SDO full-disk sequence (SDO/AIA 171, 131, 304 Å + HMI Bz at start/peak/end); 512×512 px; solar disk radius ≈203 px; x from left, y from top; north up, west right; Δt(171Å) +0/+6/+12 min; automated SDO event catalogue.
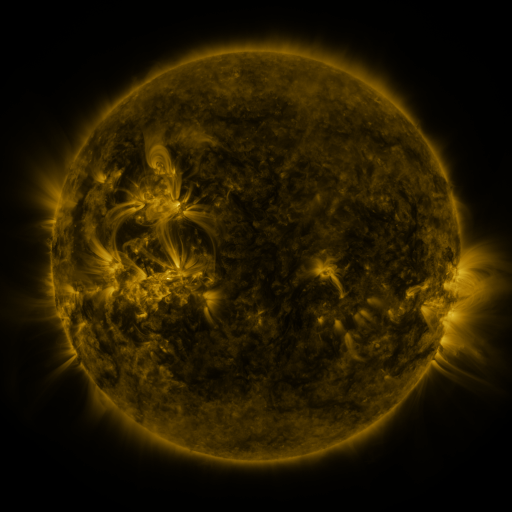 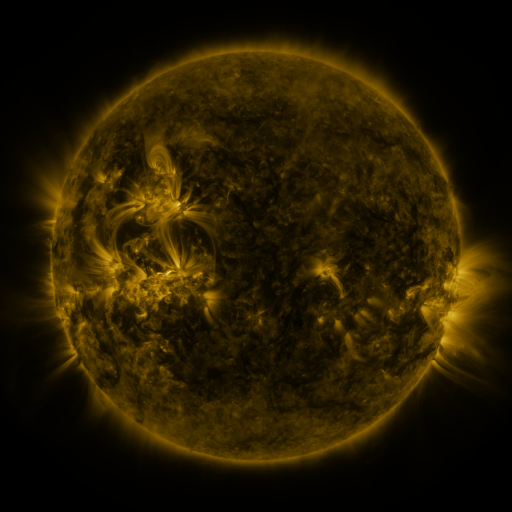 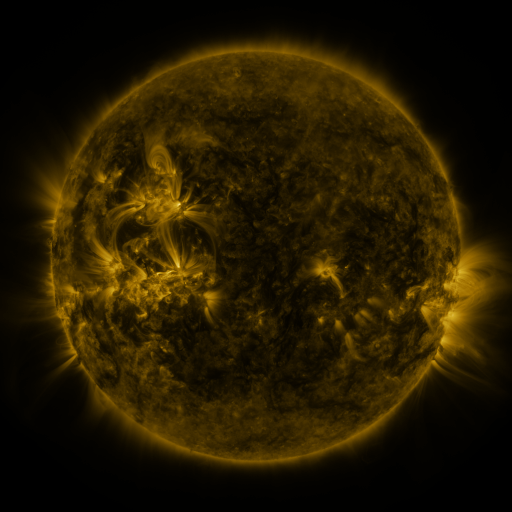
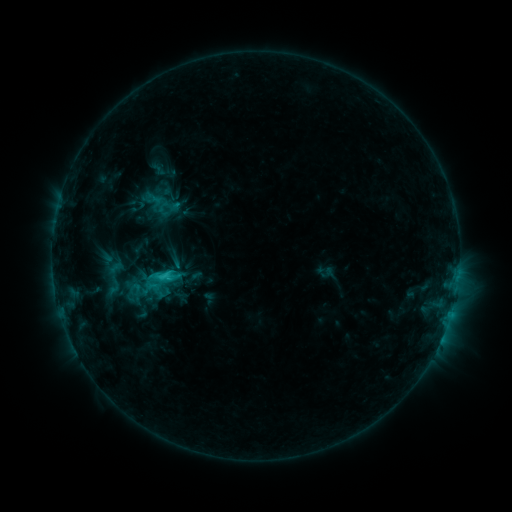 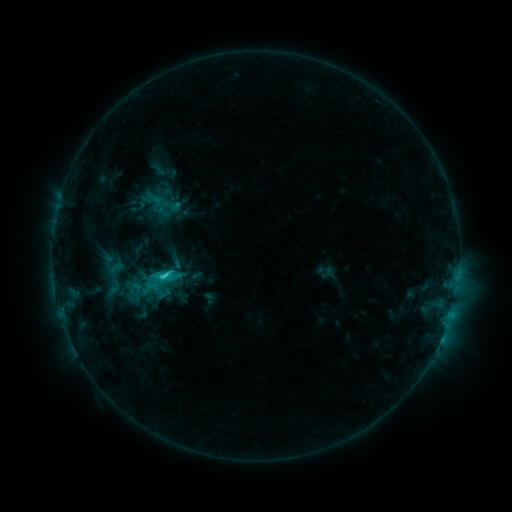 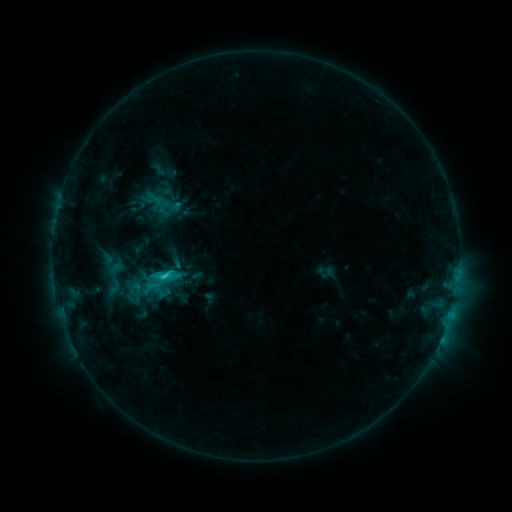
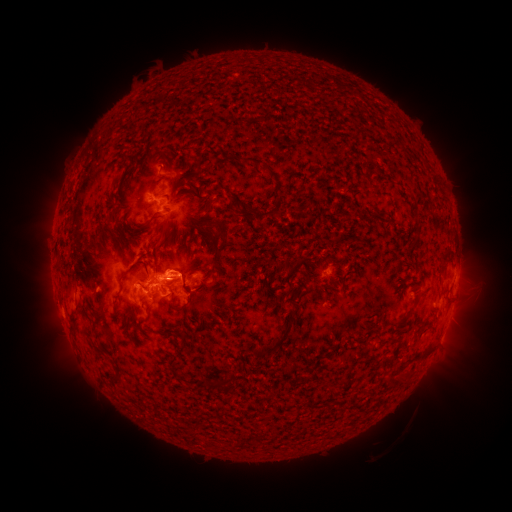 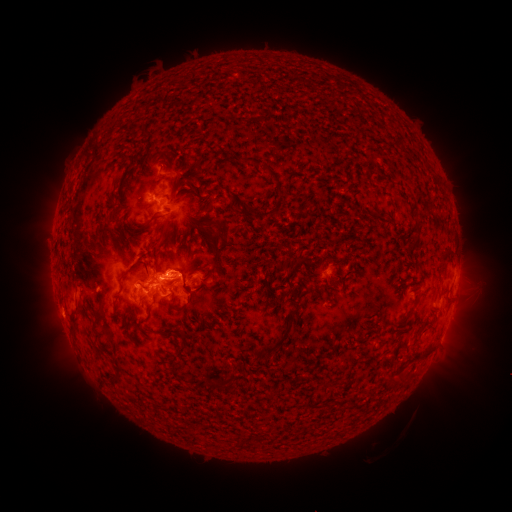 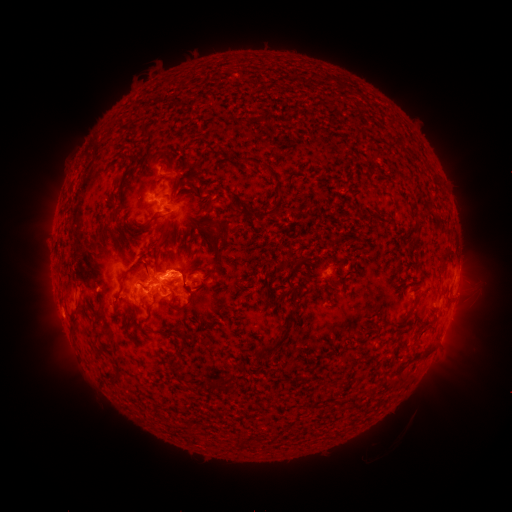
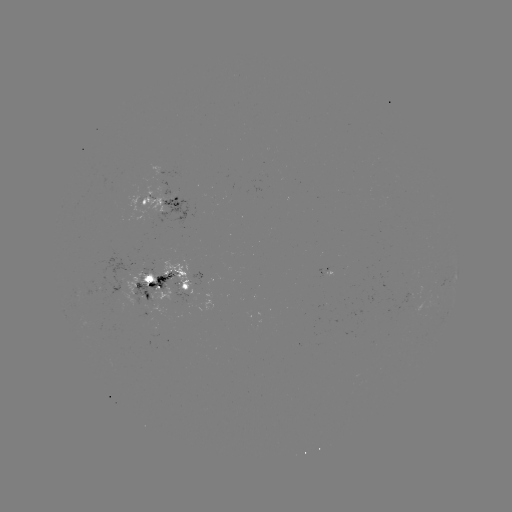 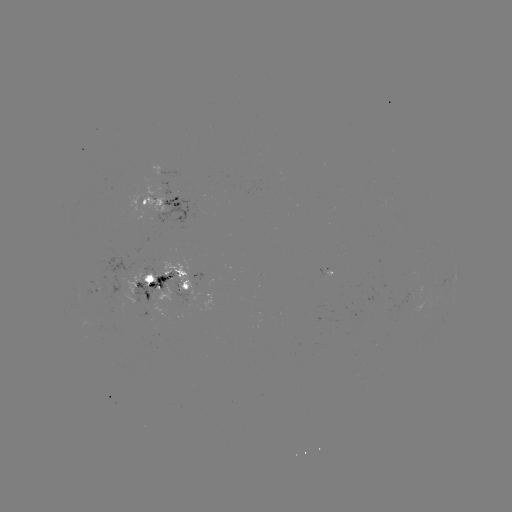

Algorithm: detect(C3.1 flare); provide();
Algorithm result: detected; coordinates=[165, 276]